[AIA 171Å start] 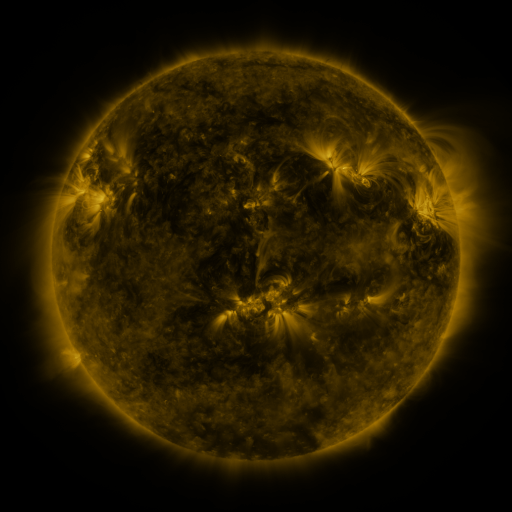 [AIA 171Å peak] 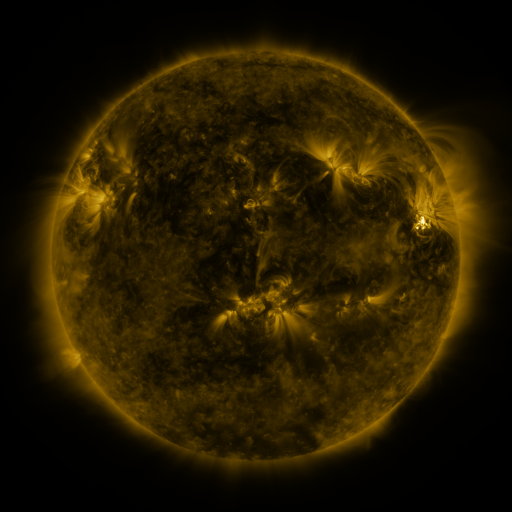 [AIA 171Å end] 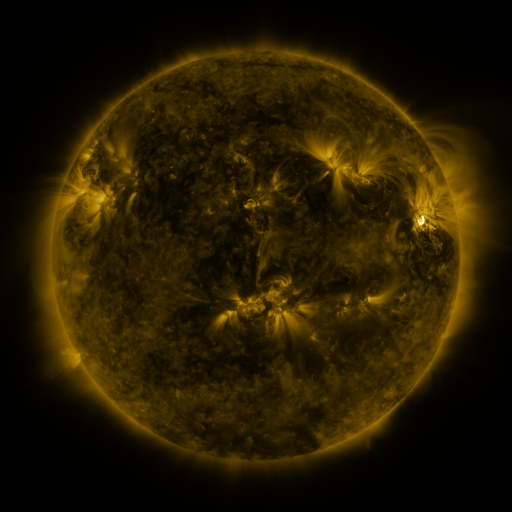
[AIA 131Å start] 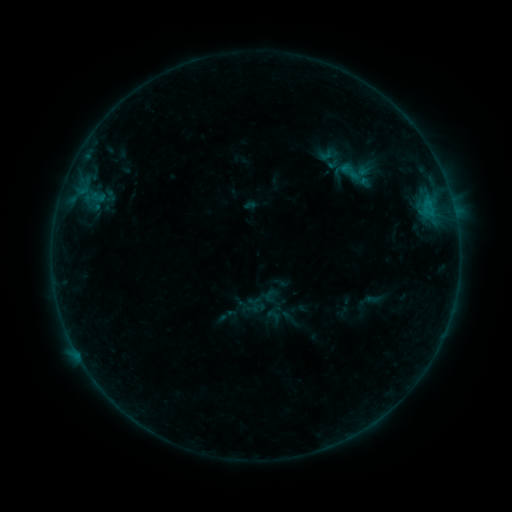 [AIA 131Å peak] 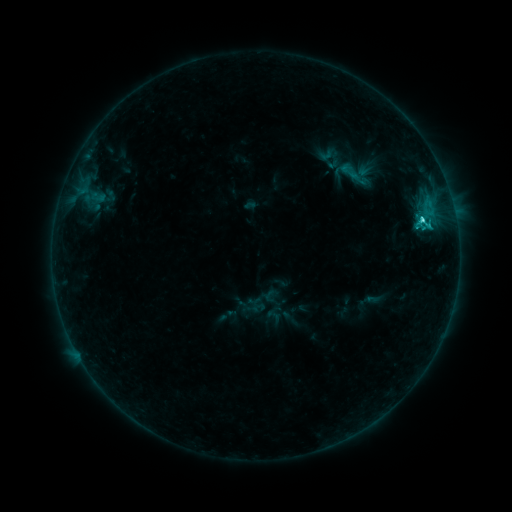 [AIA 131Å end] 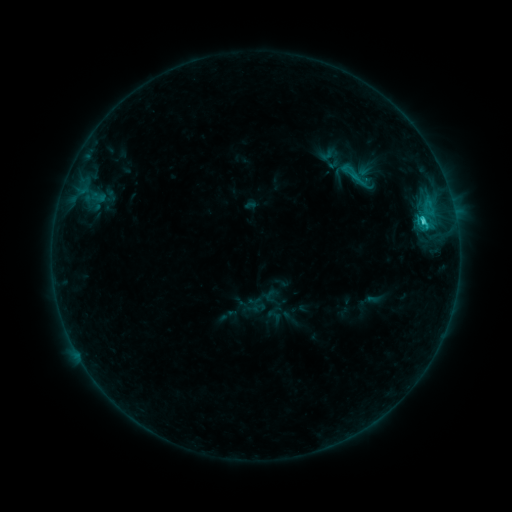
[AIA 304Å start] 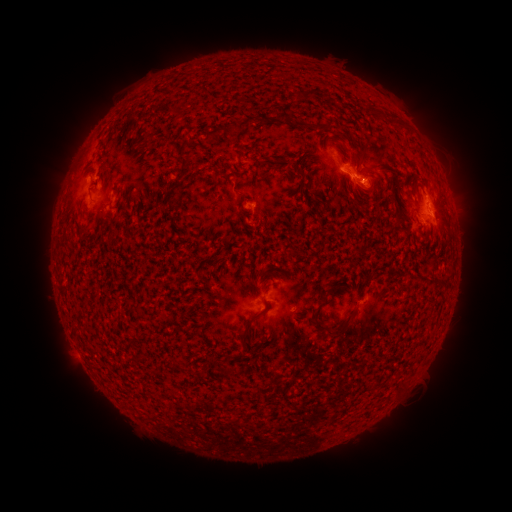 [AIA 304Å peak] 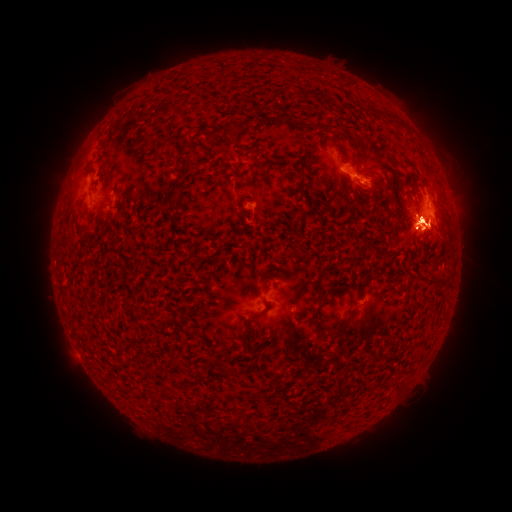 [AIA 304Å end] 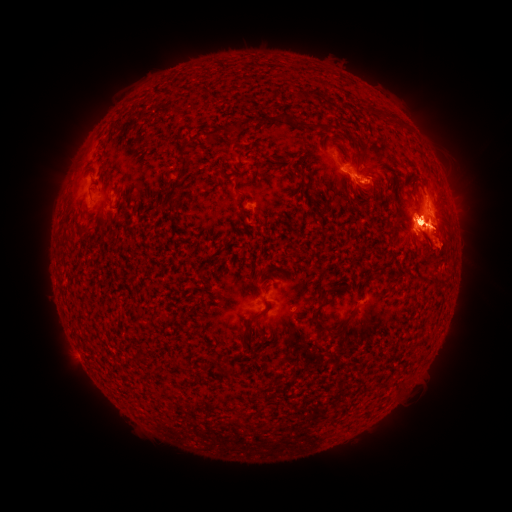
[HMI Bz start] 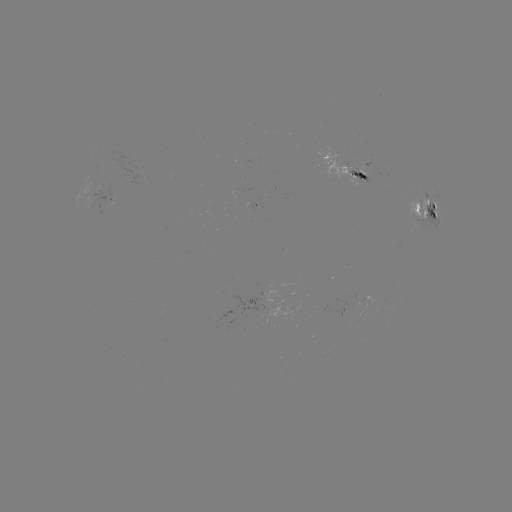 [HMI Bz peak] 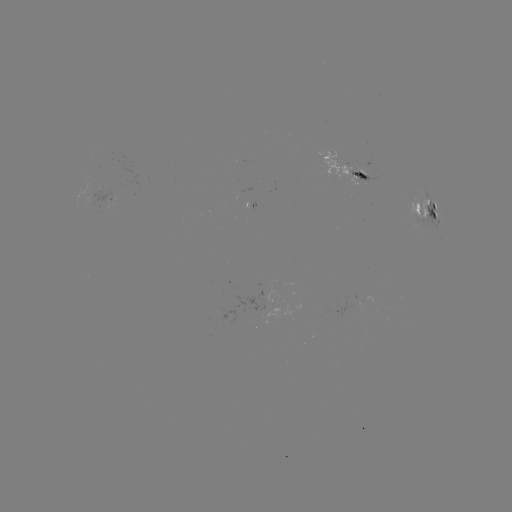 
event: flare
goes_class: C6.7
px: (422, 223)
